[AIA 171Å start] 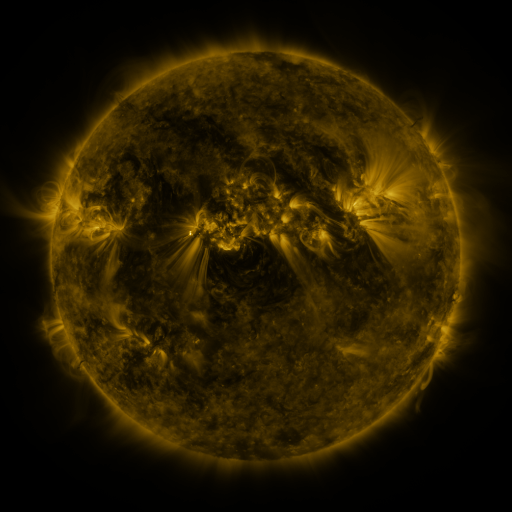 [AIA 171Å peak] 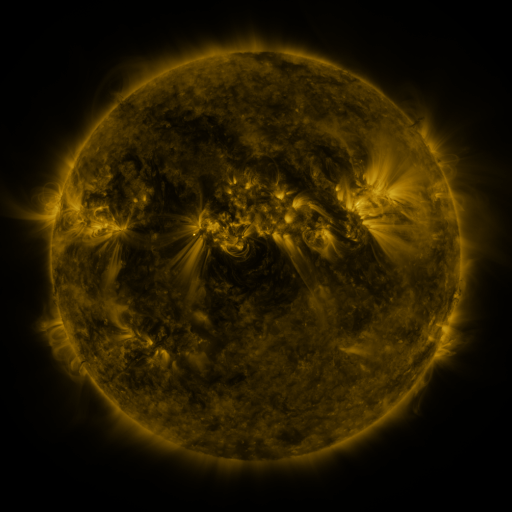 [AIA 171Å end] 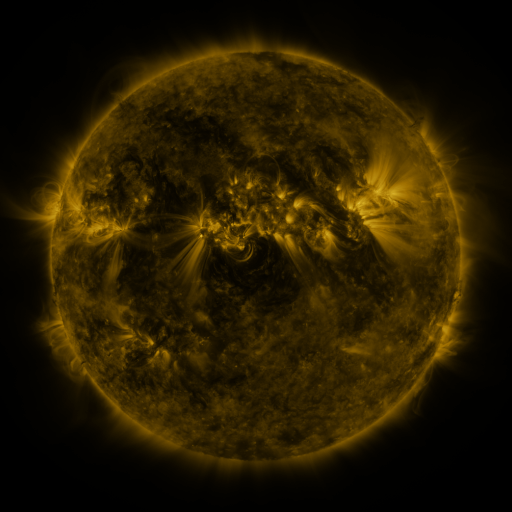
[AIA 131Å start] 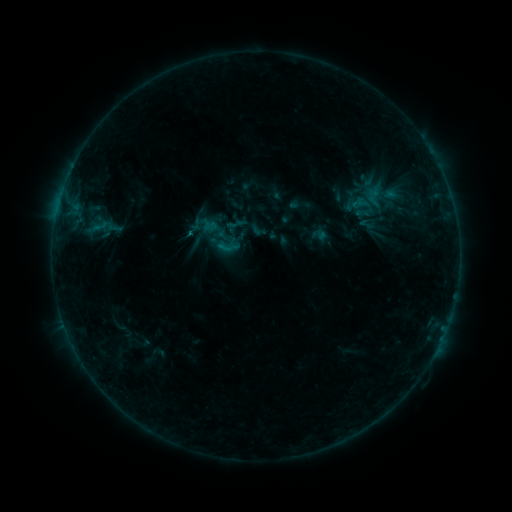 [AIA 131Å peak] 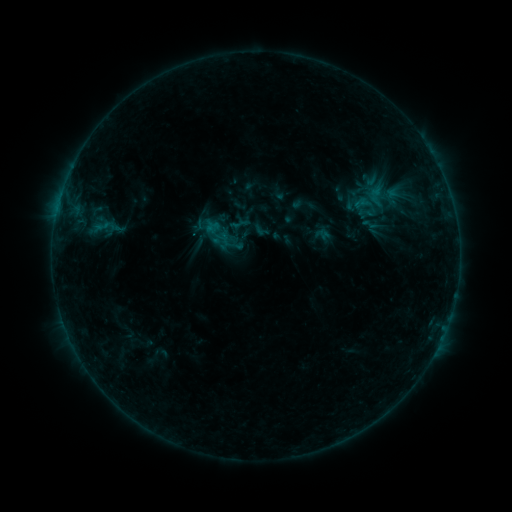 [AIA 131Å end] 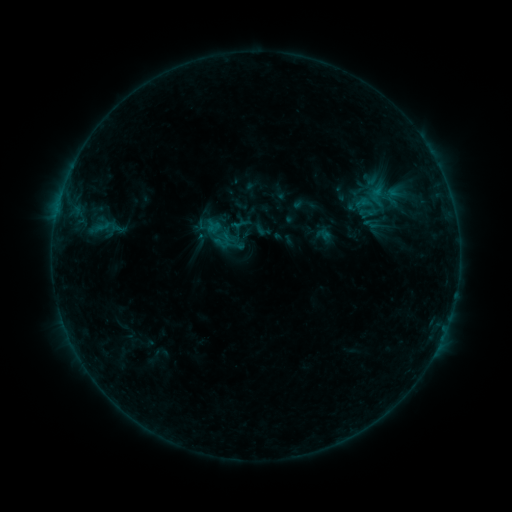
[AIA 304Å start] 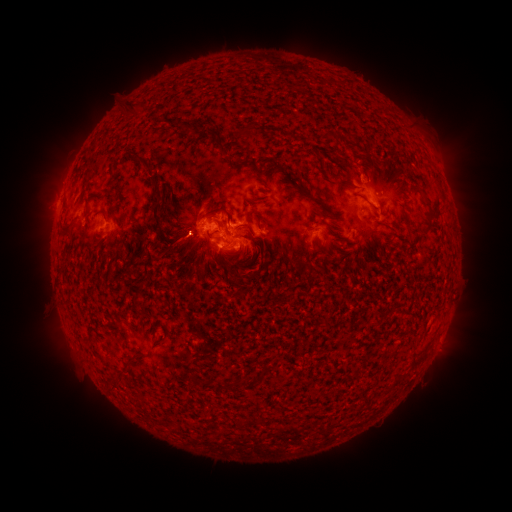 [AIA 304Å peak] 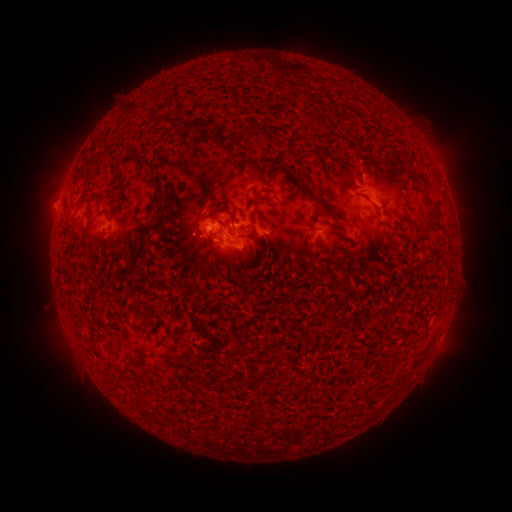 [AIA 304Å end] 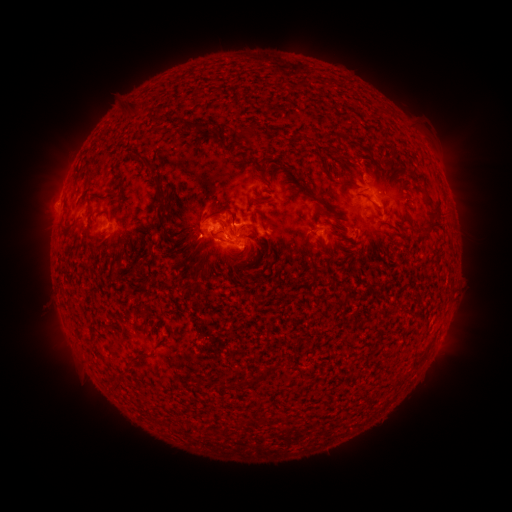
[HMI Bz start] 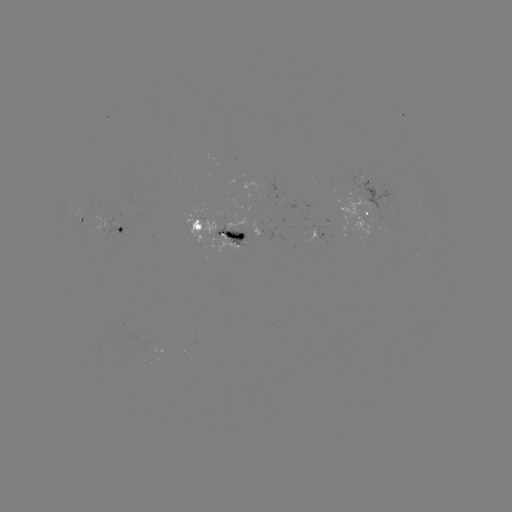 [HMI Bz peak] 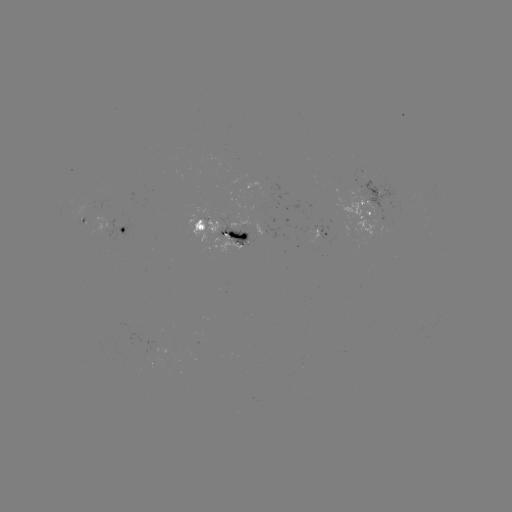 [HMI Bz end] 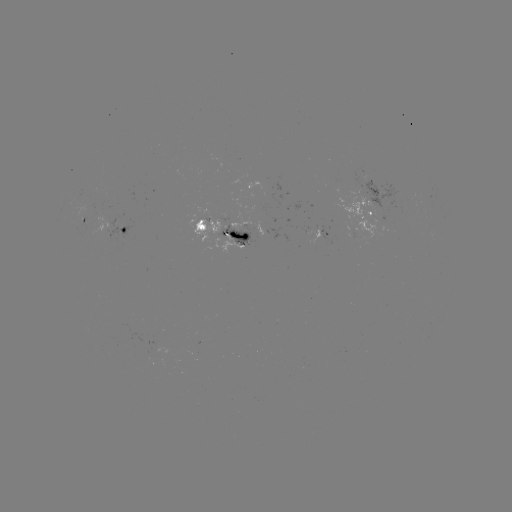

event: emerging-flux region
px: (315, 242)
